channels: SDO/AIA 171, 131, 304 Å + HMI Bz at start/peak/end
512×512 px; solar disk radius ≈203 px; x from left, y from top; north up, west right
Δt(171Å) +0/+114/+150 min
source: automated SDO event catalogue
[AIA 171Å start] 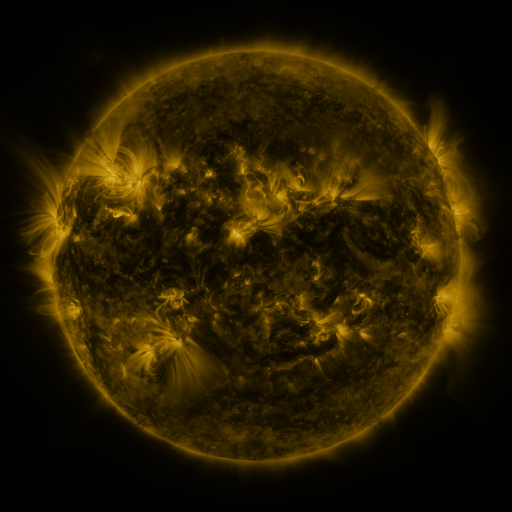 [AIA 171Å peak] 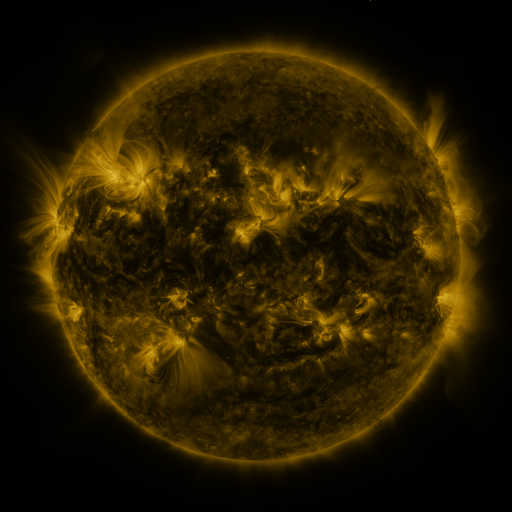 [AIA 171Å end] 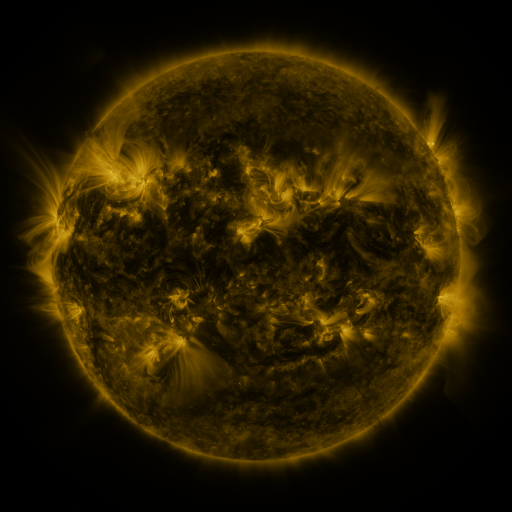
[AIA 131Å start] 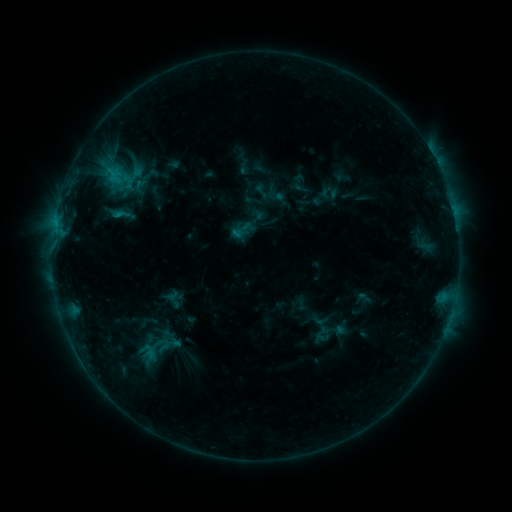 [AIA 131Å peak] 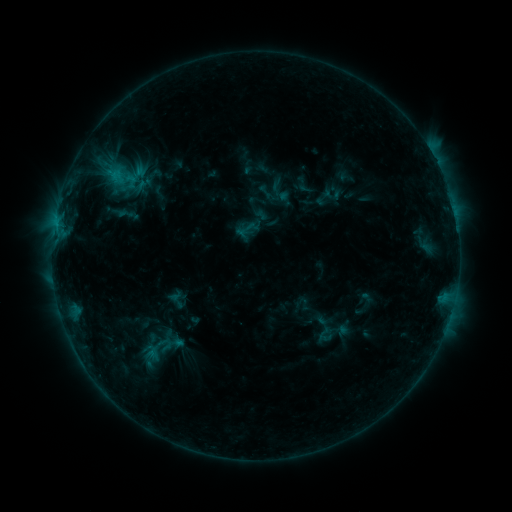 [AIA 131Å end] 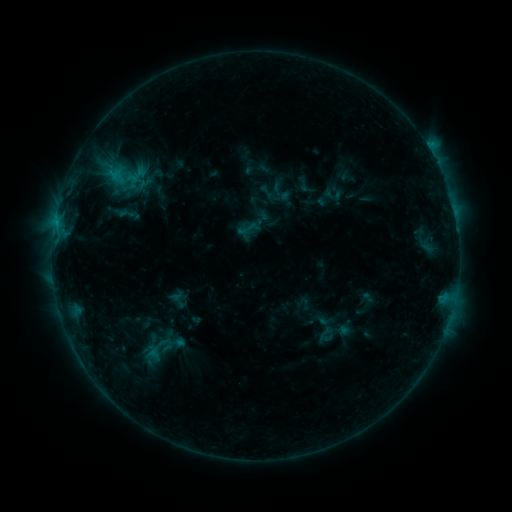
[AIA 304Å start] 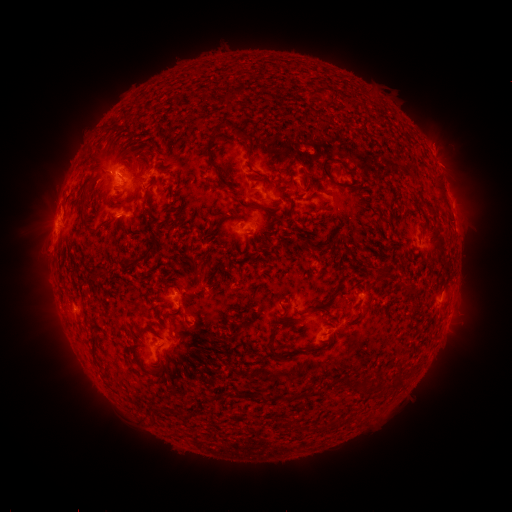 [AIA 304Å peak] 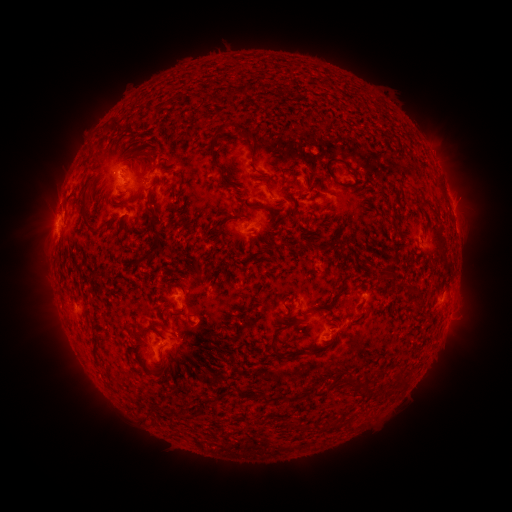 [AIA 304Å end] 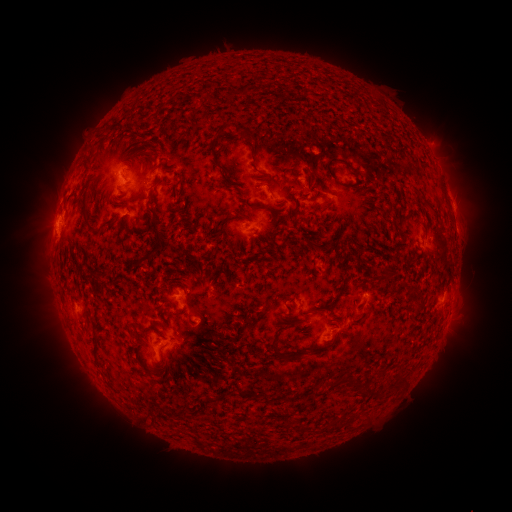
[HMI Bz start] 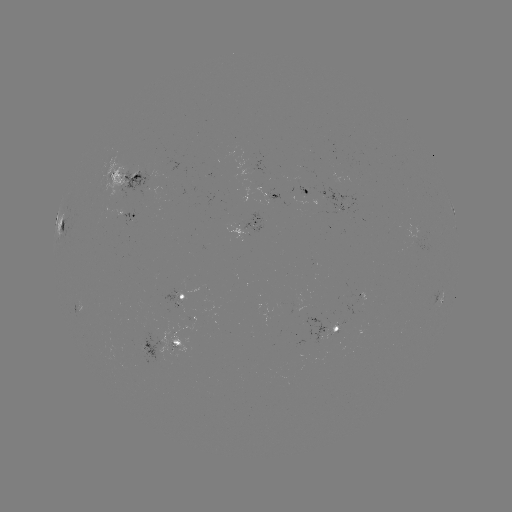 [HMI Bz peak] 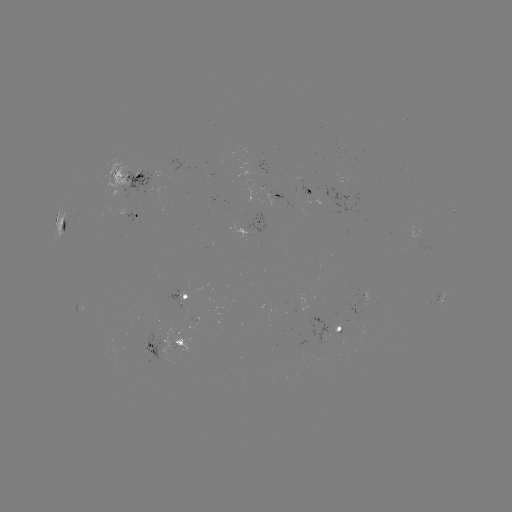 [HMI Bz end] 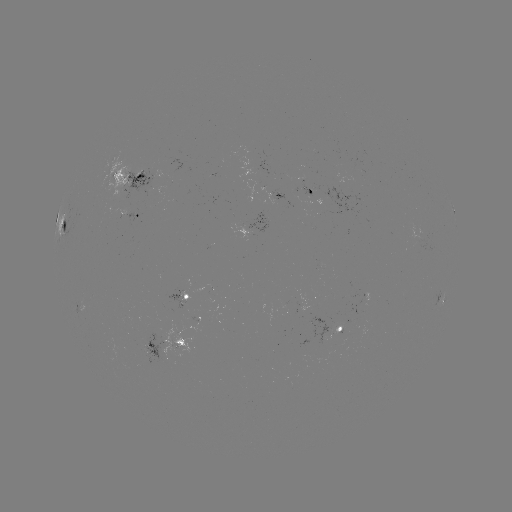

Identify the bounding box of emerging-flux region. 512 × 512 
[331, 321, 341, 337].